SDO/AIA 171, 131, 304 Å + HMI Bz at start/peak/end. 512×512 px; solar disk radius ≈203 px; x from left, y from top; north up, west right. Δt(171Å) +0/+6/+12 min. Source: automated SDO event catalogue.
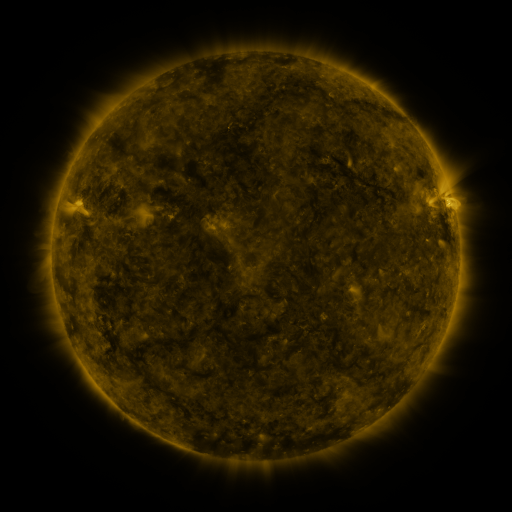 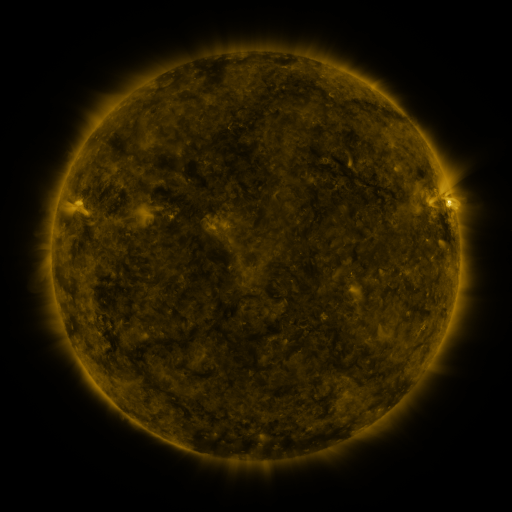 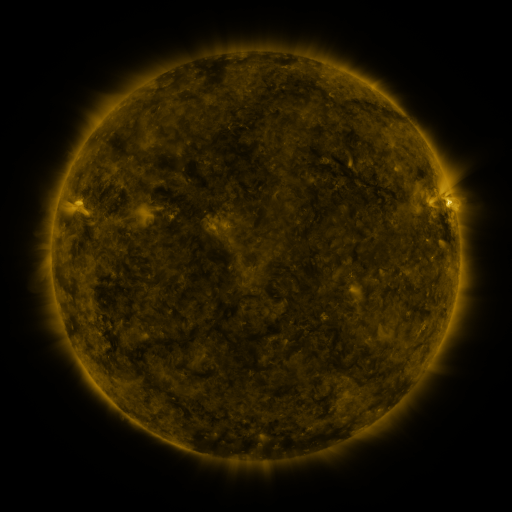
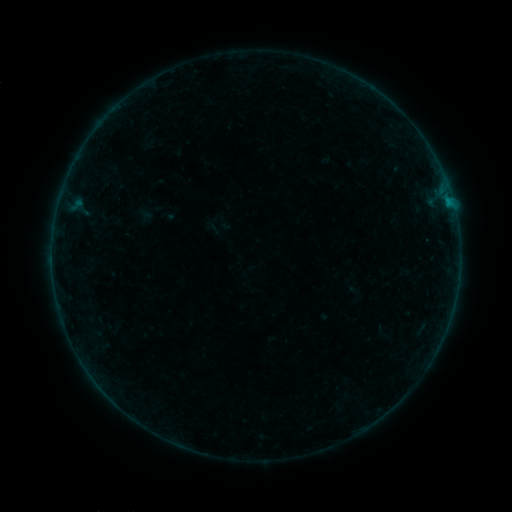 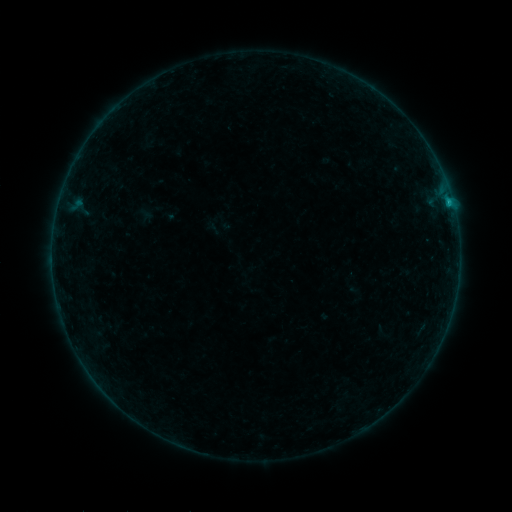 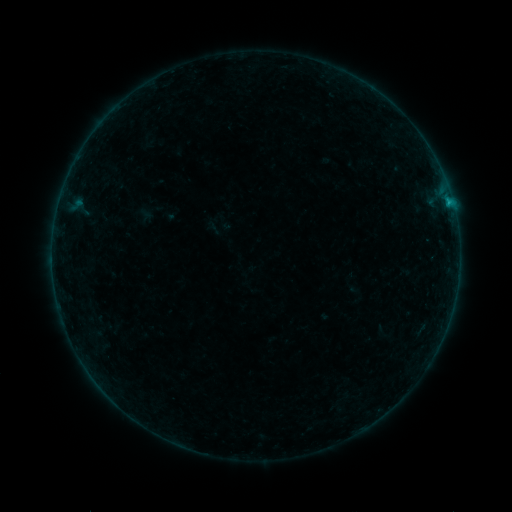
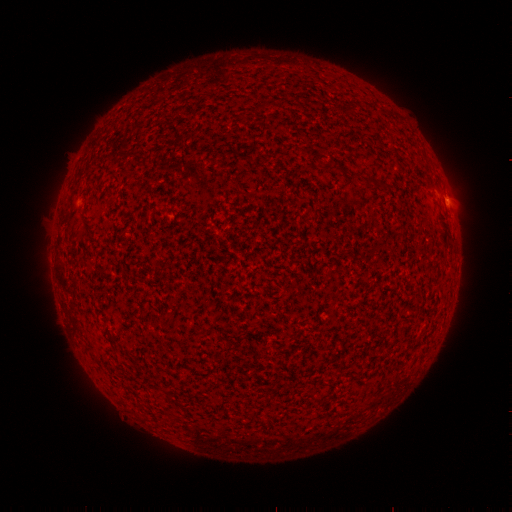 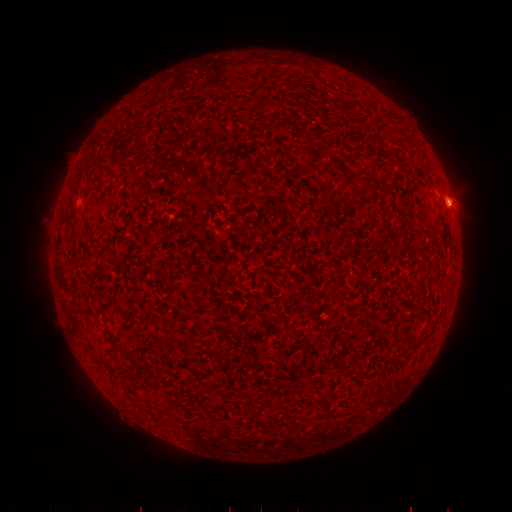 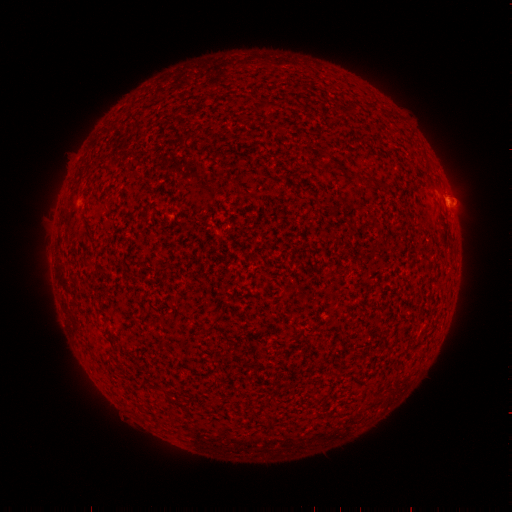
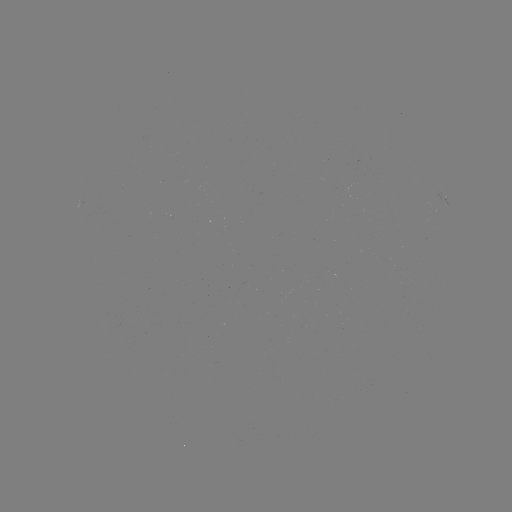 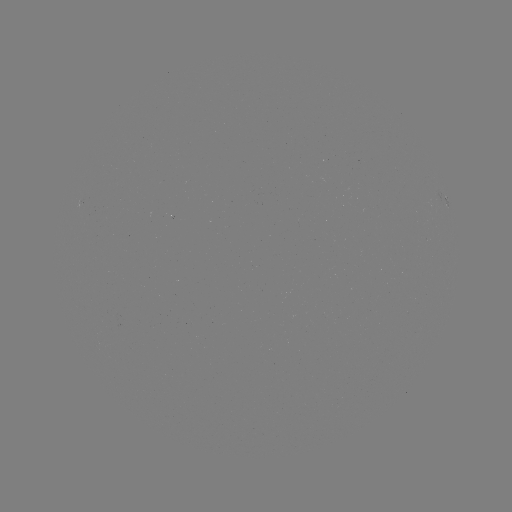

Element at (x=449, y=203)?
B3.9 flare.